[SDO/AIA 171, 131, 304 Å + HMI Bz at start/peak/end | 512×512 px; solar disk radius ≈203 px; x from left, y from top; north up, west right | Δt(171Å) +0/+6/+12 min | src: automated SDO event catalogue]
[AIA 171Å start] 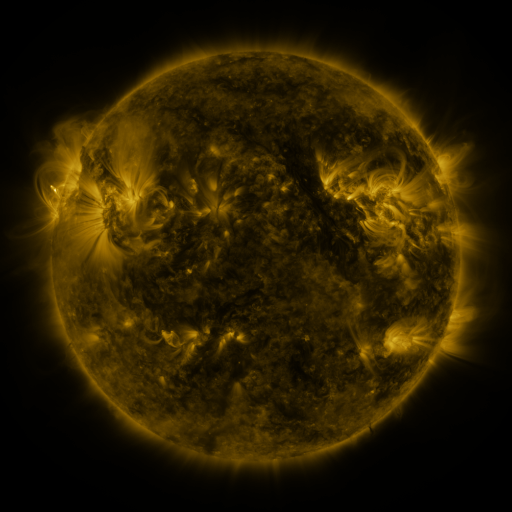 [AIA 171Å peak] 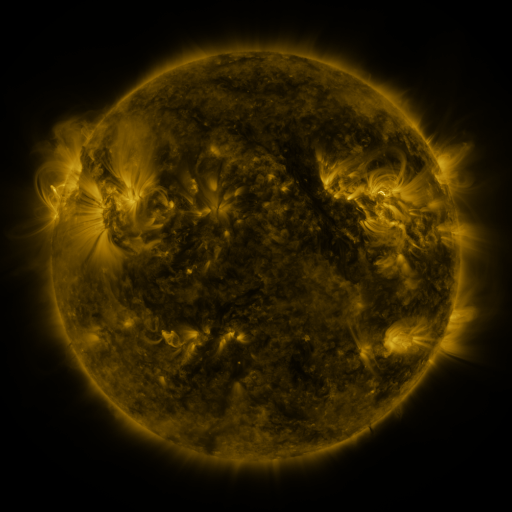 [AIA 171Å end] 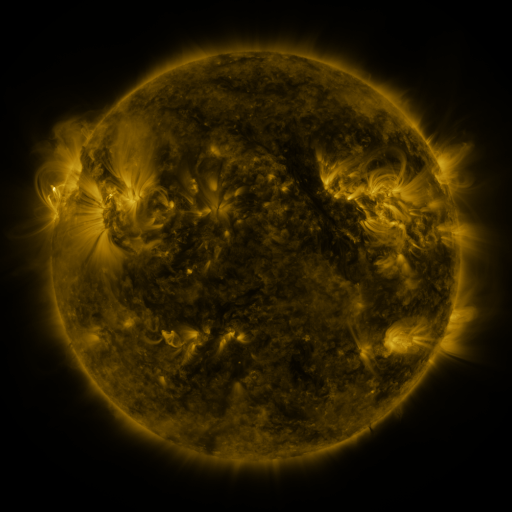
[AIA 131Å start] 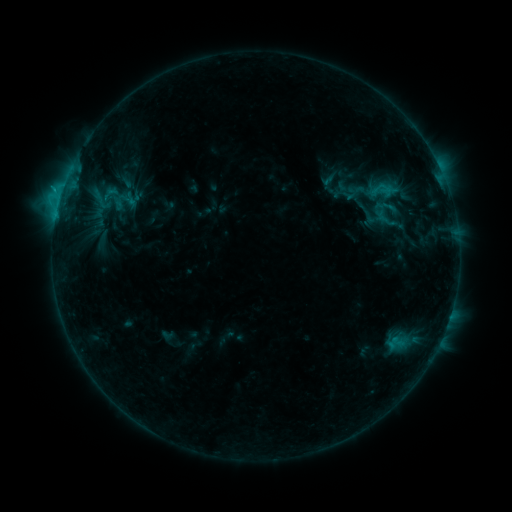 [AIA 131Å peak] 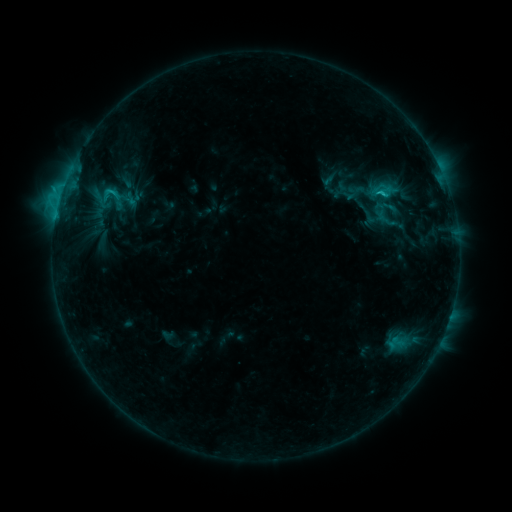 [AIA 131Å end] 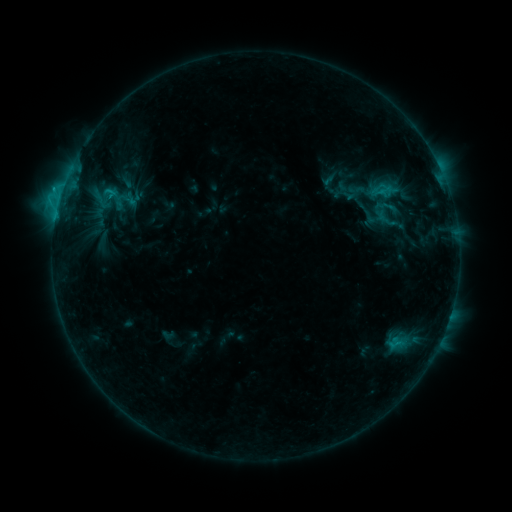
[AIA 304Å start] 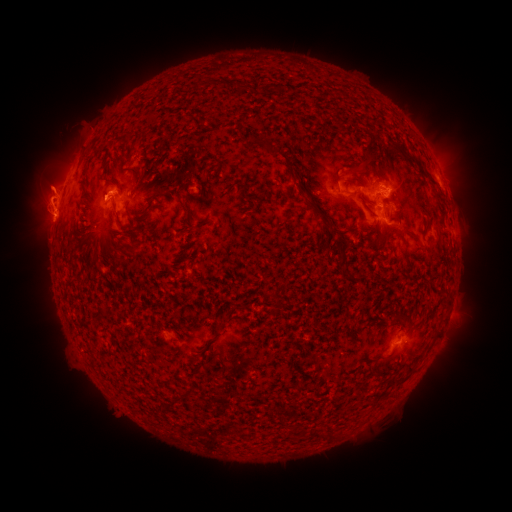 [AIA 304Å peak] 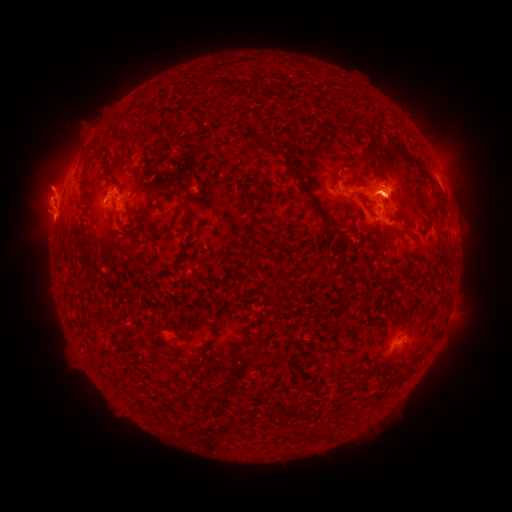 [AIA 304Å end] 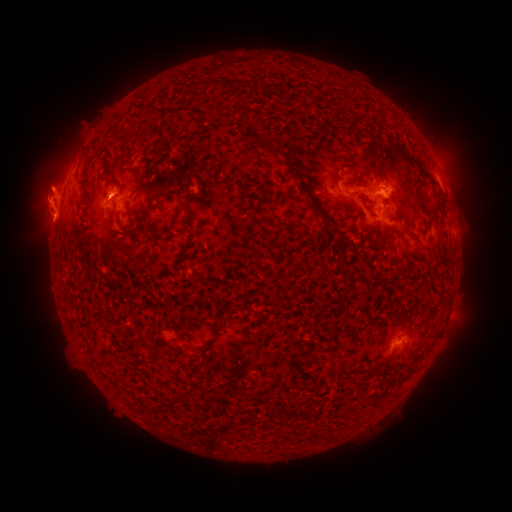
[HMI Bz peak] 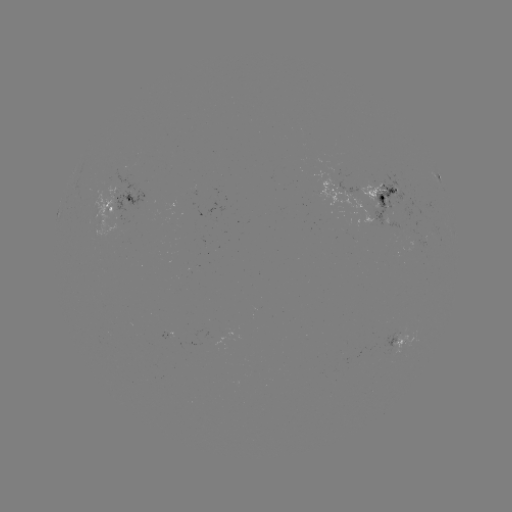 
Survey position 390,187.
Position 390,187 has eruption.